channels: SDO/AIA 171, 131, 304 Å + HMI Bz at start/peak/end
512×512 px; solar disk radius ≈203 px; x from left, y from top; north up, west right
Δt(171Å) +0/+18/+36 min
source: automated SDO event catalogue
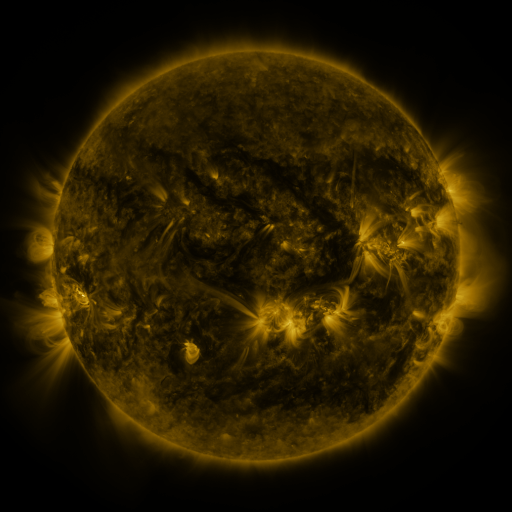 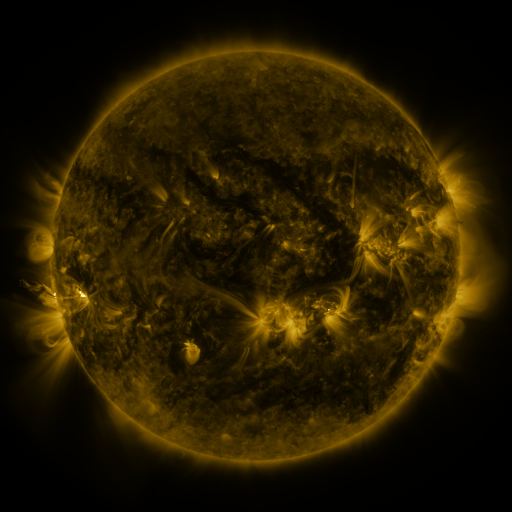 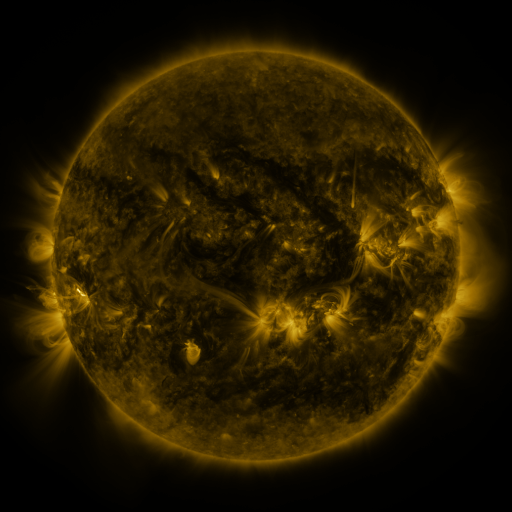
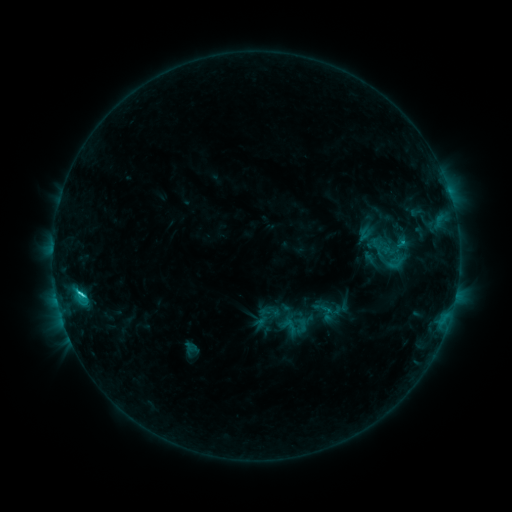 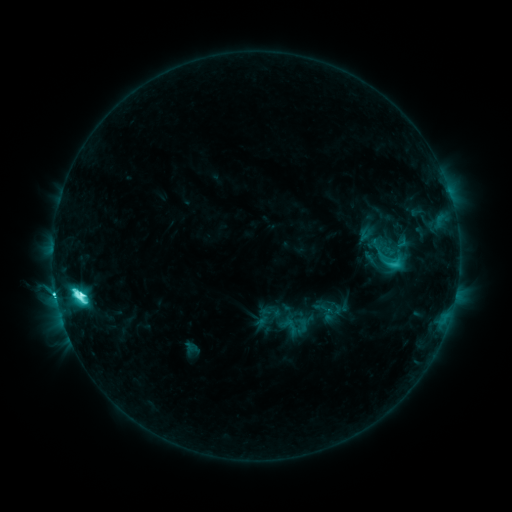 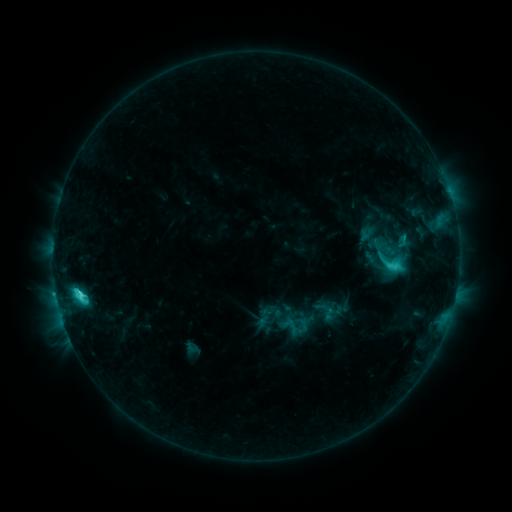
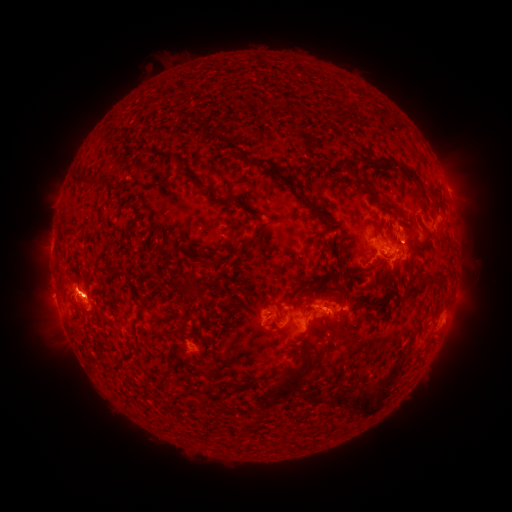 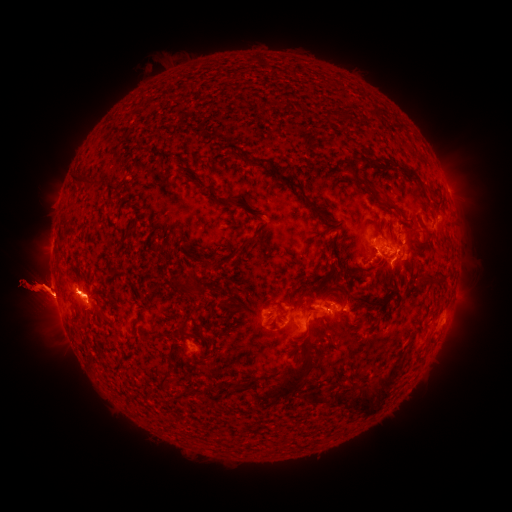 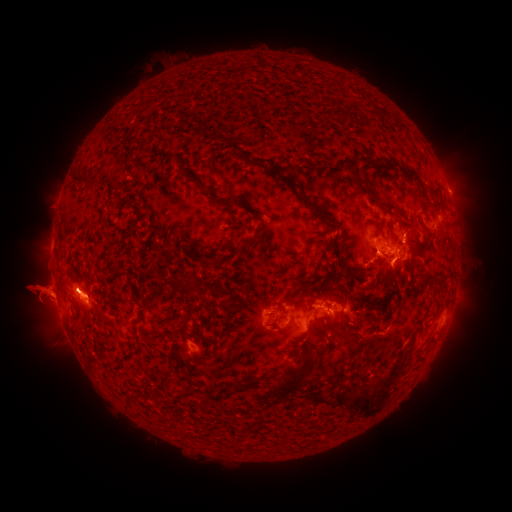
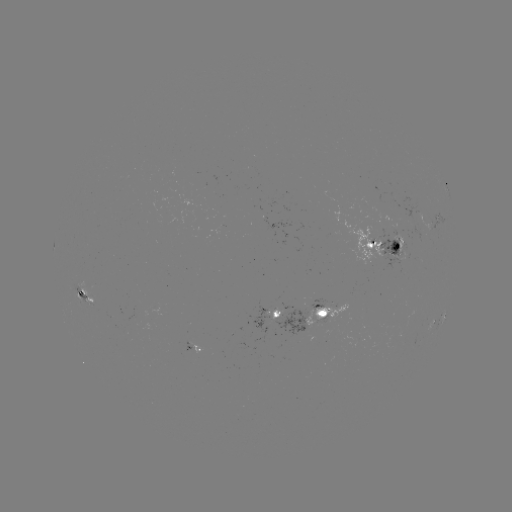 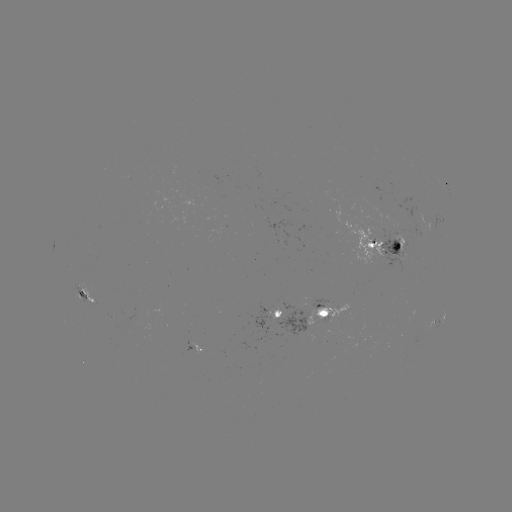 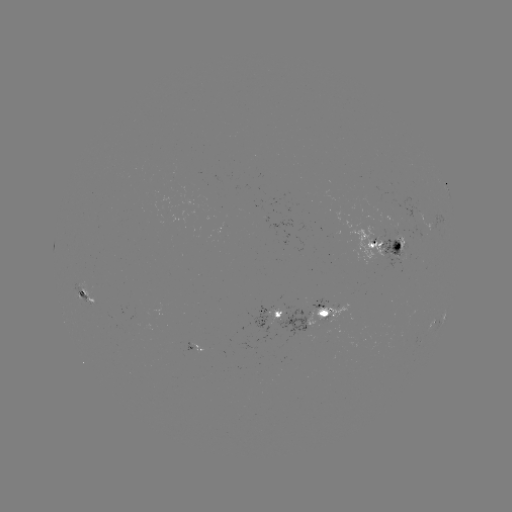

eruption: [0, 194, 146, 381]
